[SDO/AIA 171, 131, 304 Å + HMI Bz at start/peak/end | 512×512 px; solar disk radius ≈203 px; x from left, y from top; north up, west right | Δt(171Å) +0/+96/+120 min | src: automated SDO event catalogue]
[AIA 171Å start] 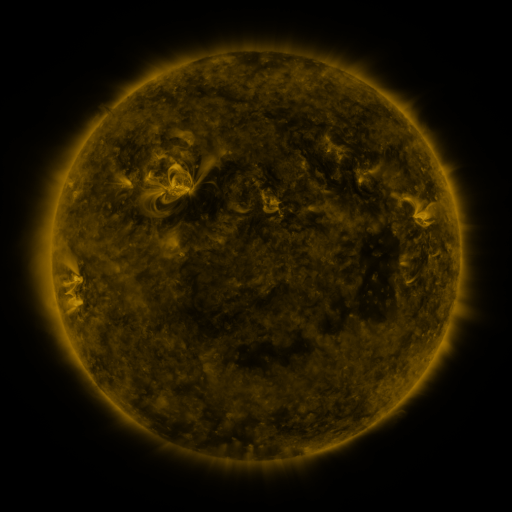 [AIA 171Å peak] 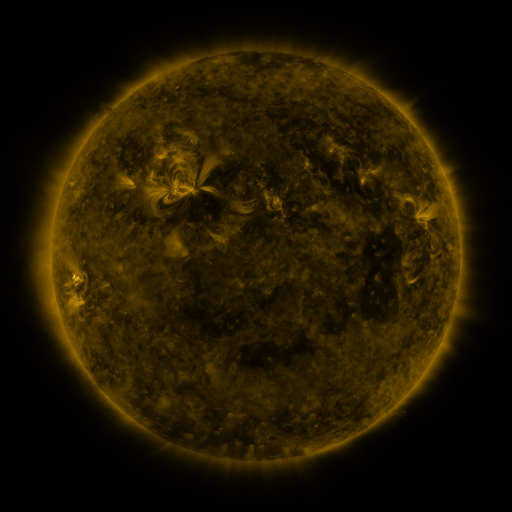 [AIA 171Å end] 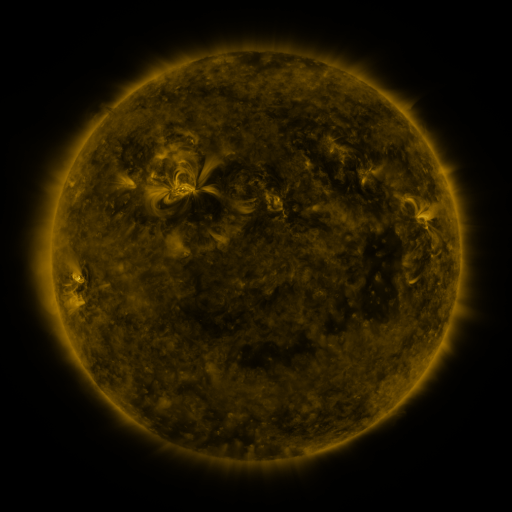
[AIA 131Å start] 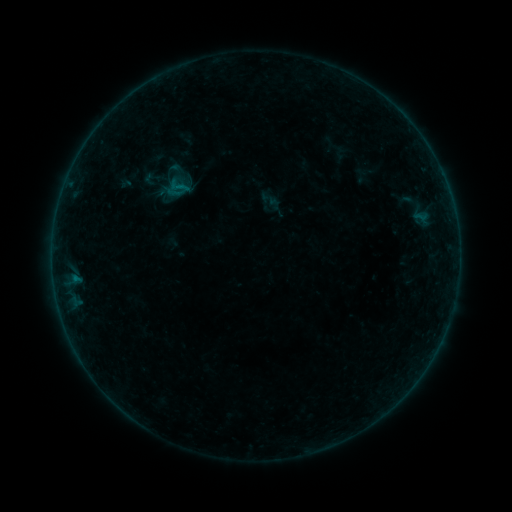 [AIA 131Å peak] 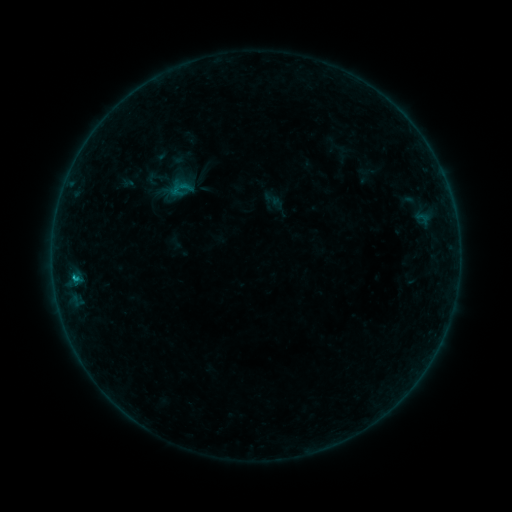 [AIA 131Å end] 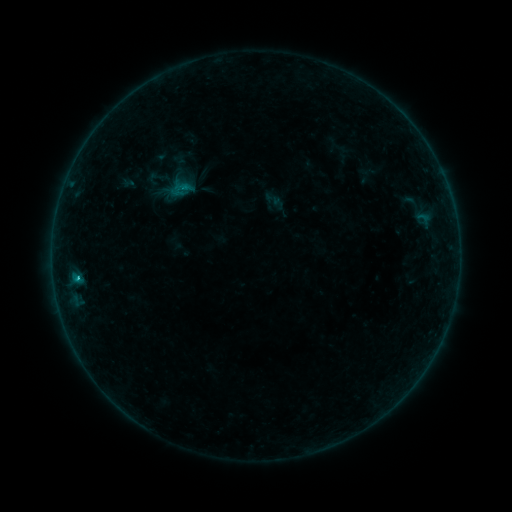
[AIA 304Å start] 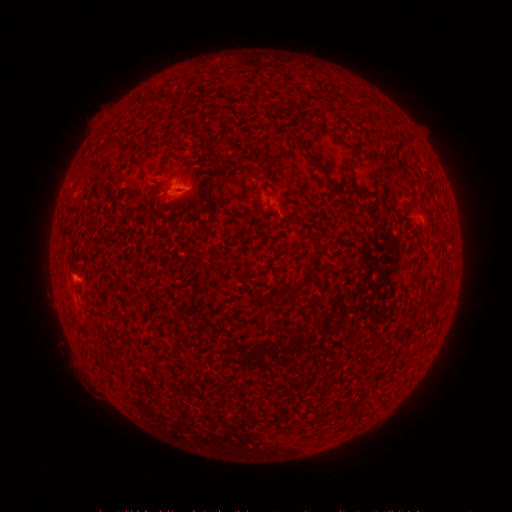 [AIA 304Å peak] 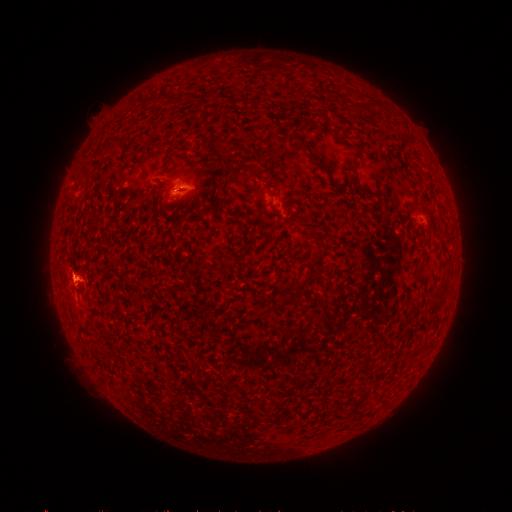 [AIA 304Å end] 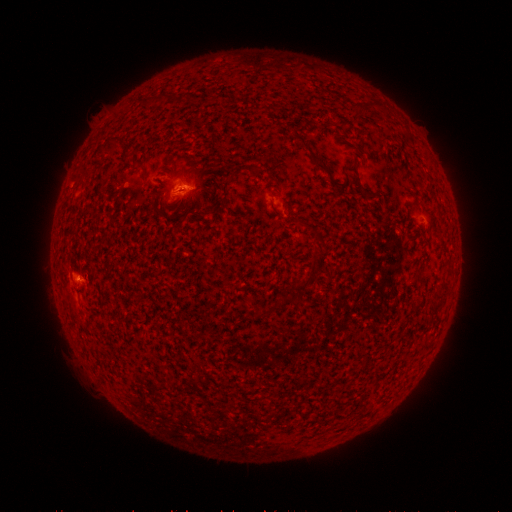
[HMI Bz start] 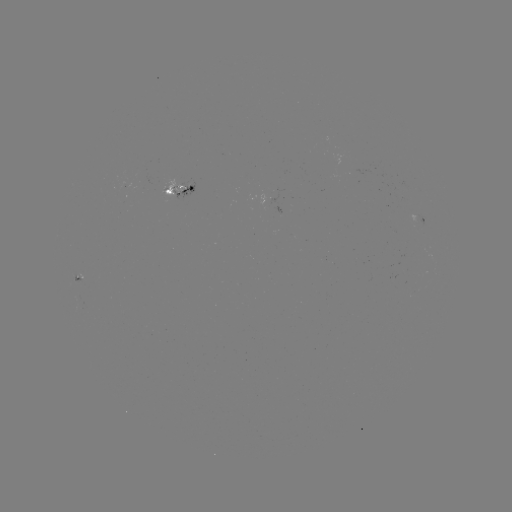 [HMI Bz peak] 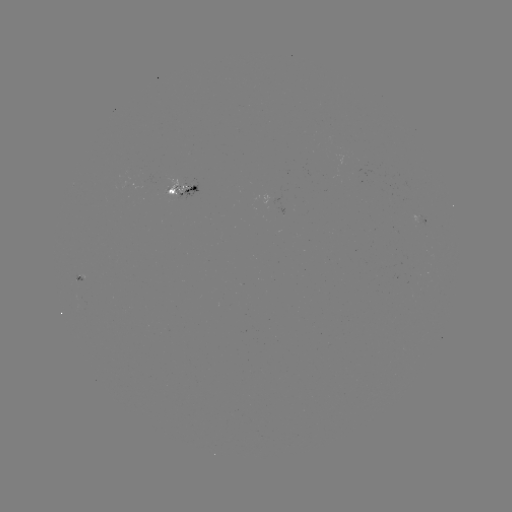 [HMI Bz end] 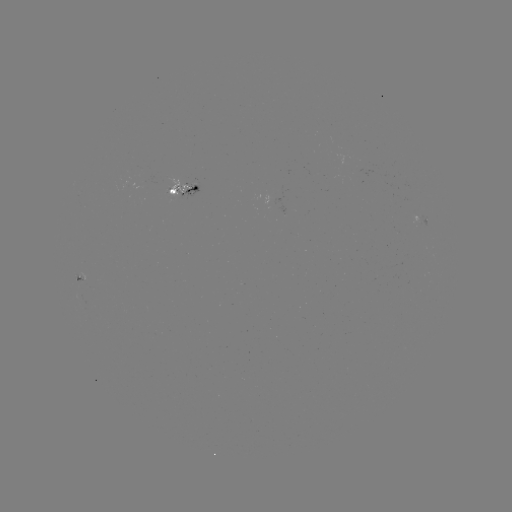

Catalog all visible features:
emerging-flux region: (417, 221)
